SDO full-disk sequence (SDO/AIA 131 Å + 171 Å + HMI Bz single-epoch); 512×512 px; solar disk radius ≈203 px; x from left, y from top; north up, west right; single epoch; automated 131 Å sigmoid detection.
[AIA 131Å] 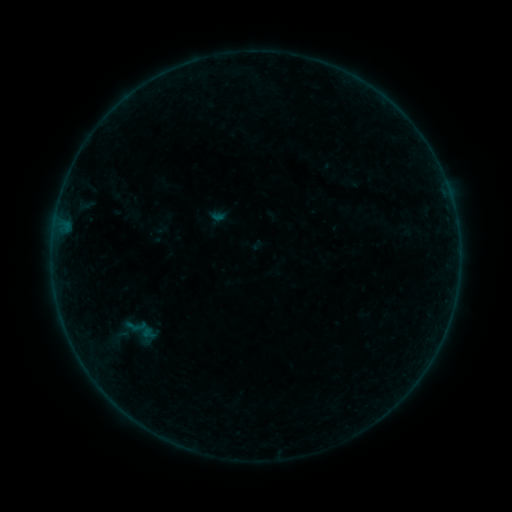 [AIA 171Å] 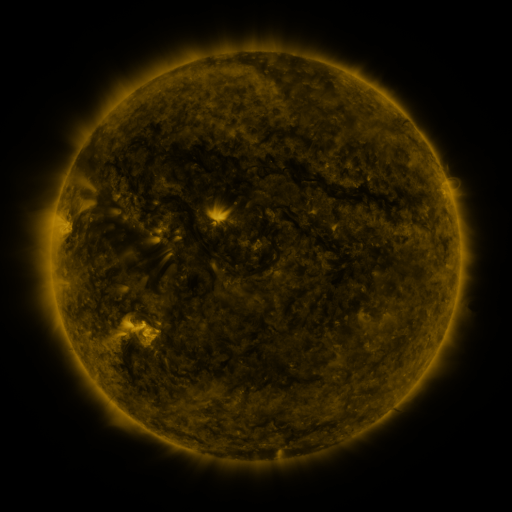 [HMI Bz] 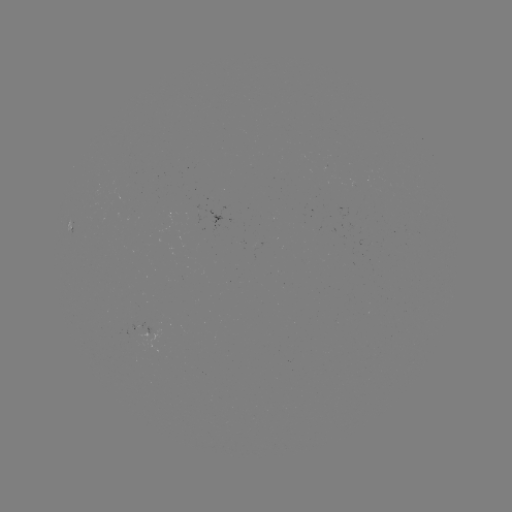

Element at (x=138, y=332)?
sigmoid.